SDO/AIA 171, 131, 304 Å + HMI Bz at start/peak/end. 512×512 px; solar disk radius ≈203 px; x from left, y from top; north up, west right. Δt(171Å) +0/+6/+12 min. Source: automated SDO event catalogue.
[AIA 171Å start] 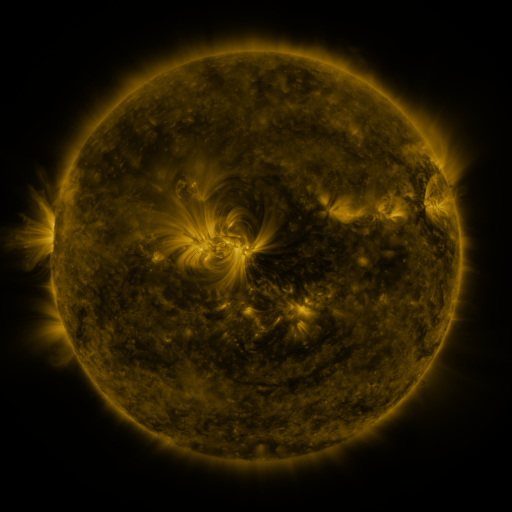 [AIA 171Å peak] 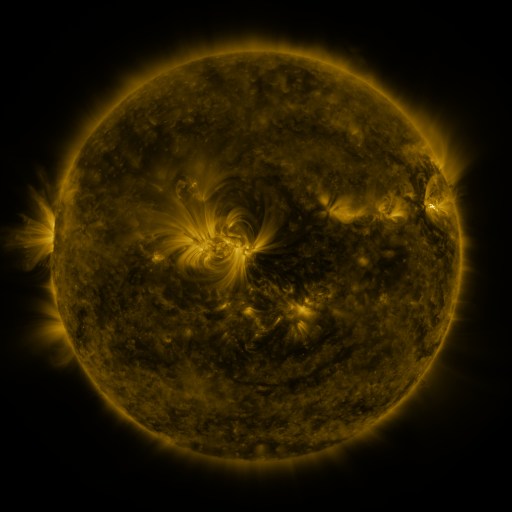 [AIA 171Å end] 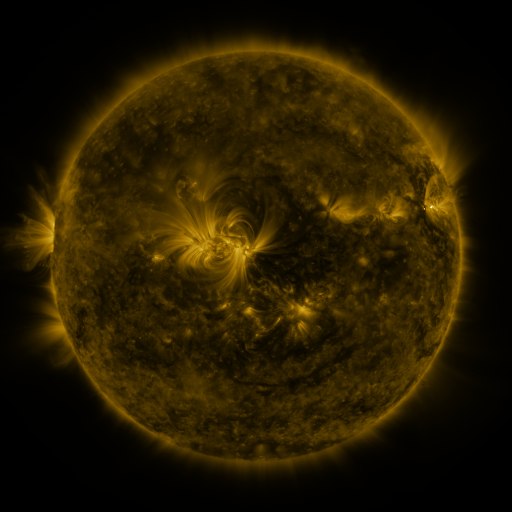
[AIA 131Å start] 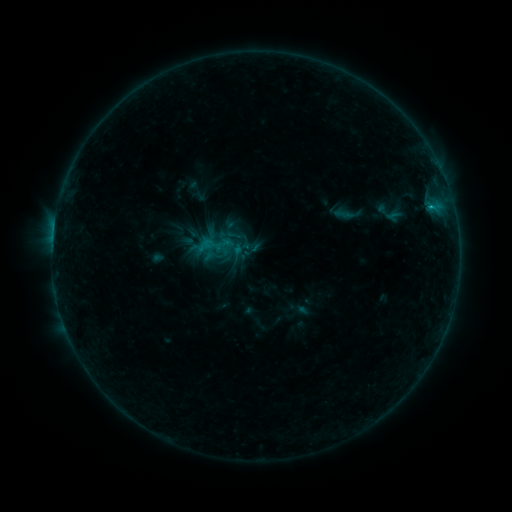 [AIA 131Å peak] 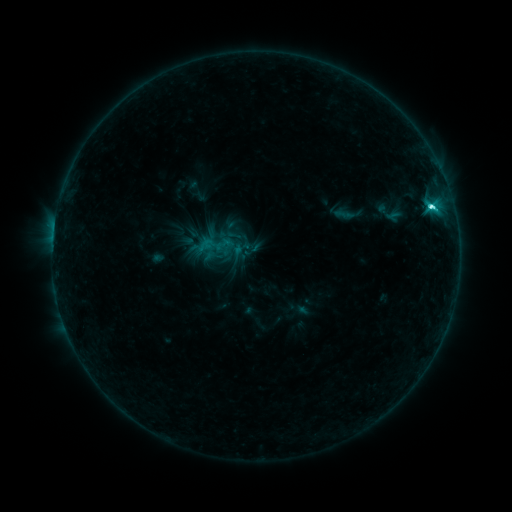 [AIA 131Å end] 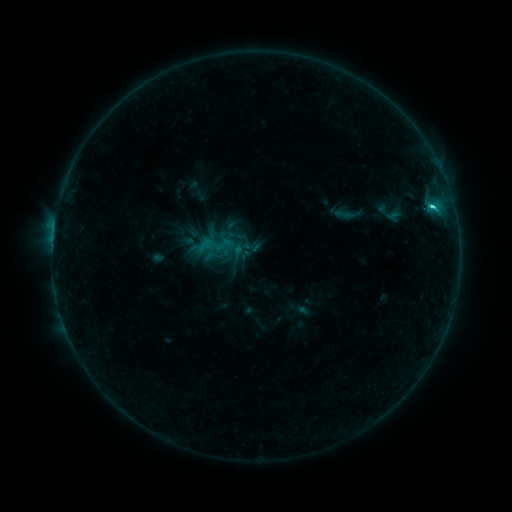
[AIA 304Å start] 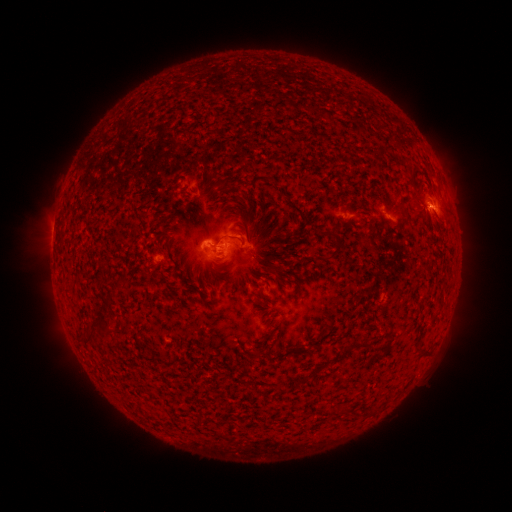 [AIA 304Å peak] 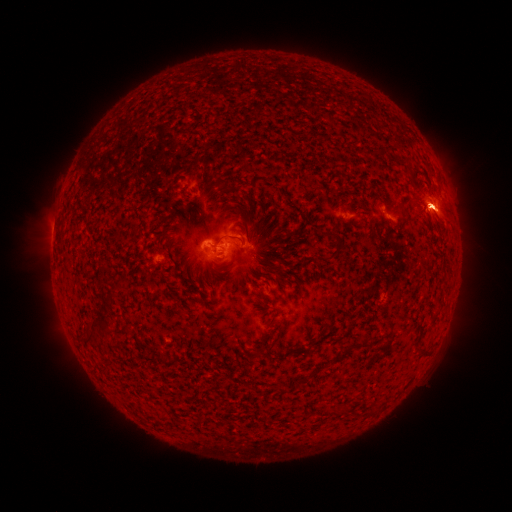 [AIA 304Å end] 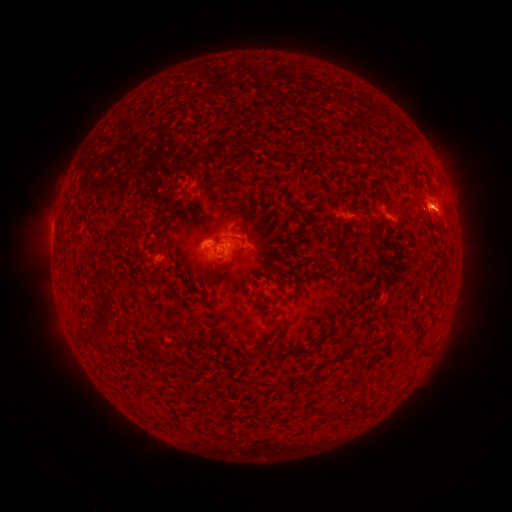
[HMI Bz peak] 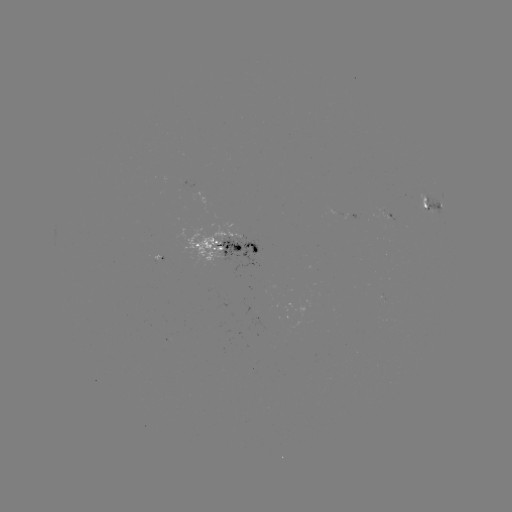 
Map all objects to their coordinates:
C3.9 flare: (431, 209)
